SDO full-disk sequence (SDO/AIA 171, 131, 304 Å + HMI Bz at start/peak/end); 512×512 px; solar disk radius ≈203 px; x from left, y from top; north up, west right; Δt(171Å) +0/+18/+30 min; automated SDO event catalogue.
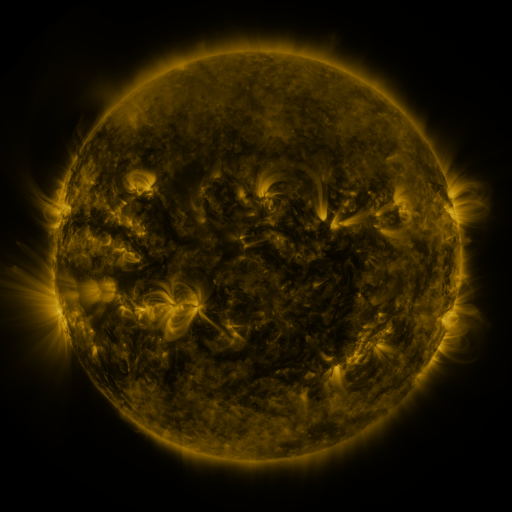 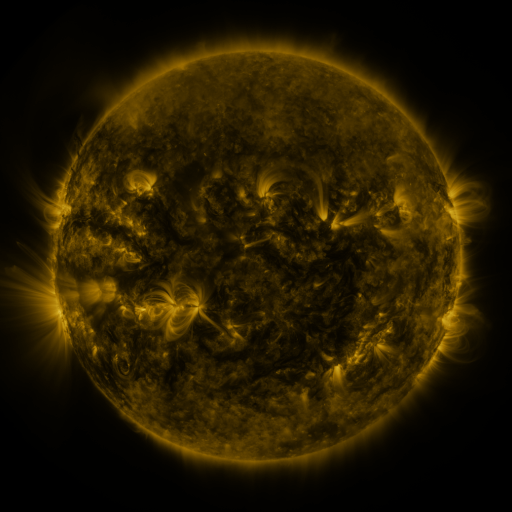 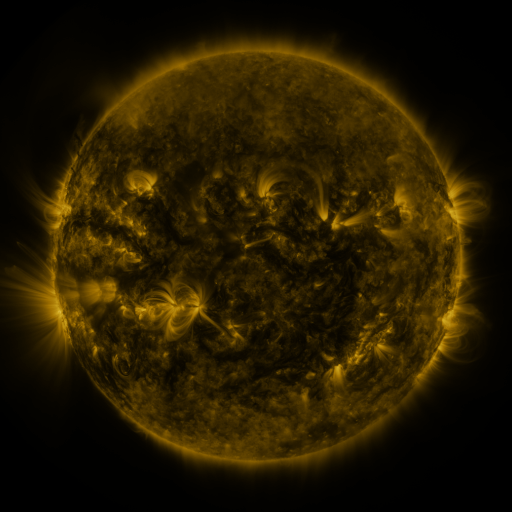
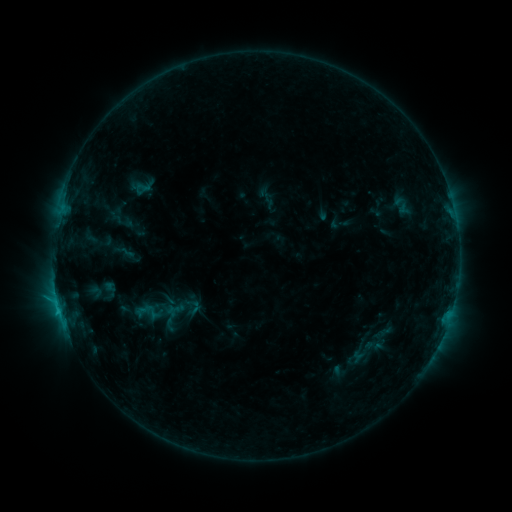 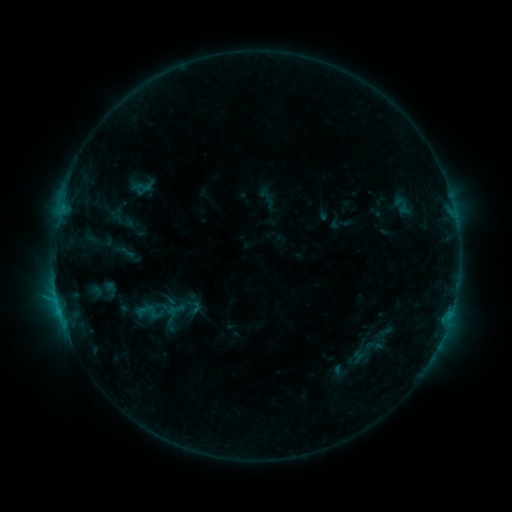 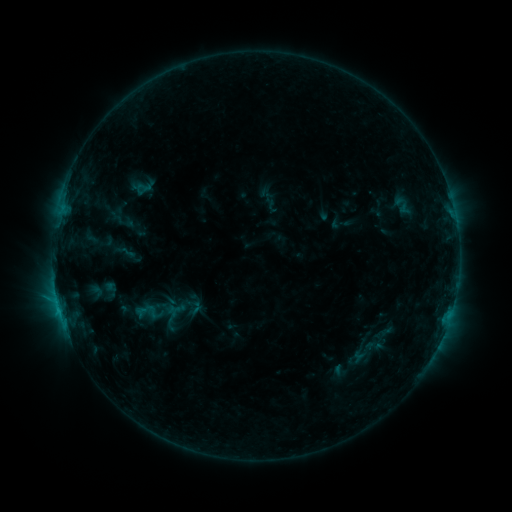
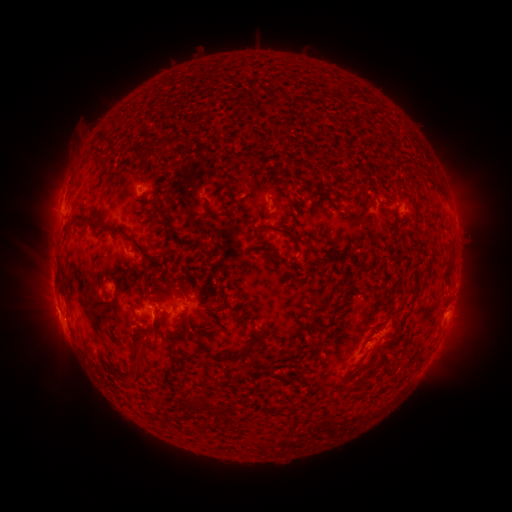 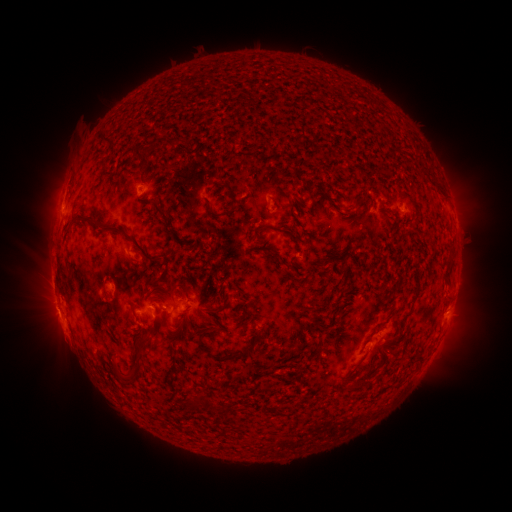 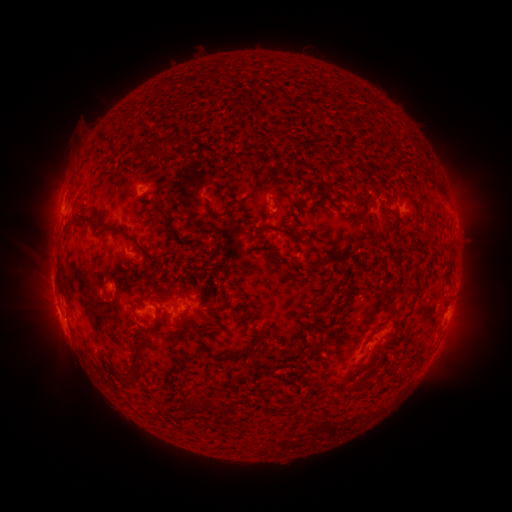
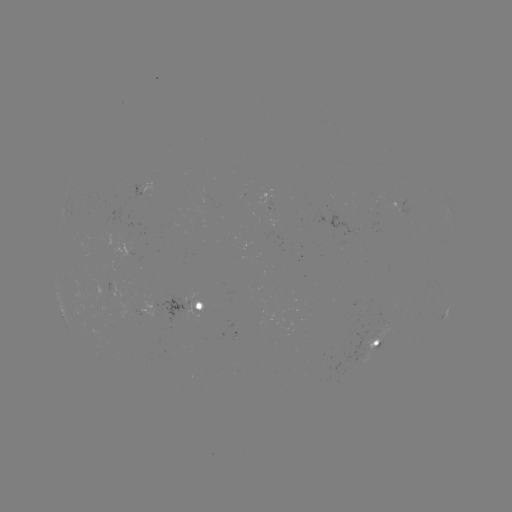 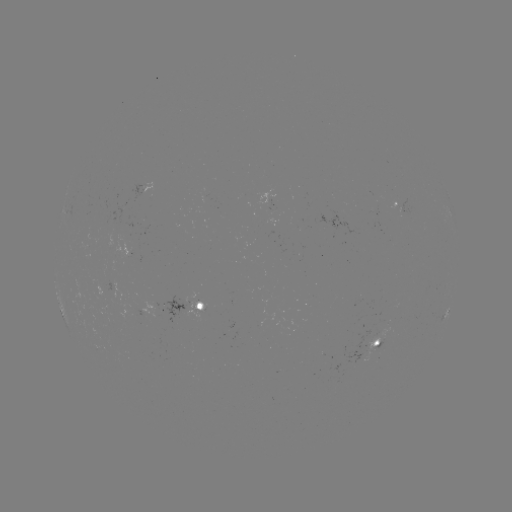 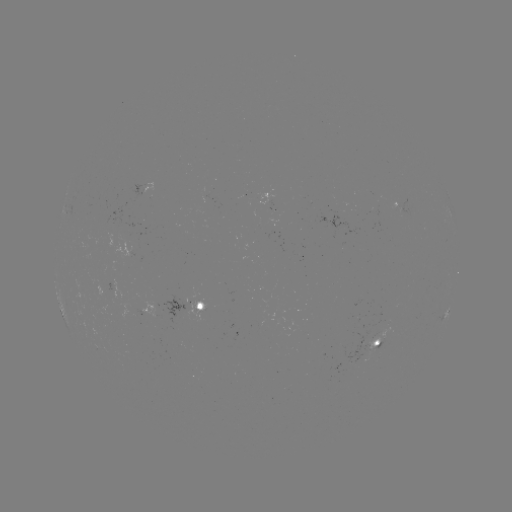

nothing was catalogued: no classed flare, no EUV trigger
